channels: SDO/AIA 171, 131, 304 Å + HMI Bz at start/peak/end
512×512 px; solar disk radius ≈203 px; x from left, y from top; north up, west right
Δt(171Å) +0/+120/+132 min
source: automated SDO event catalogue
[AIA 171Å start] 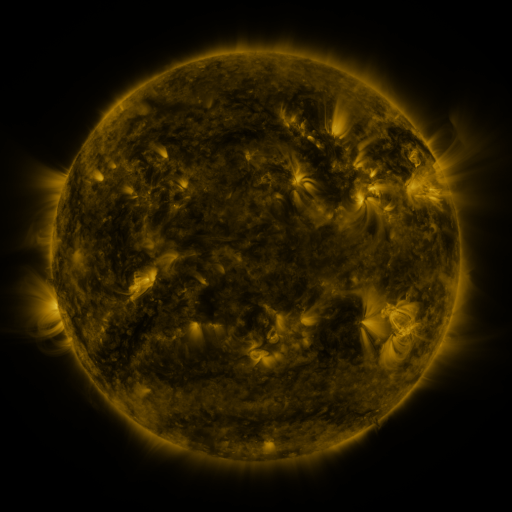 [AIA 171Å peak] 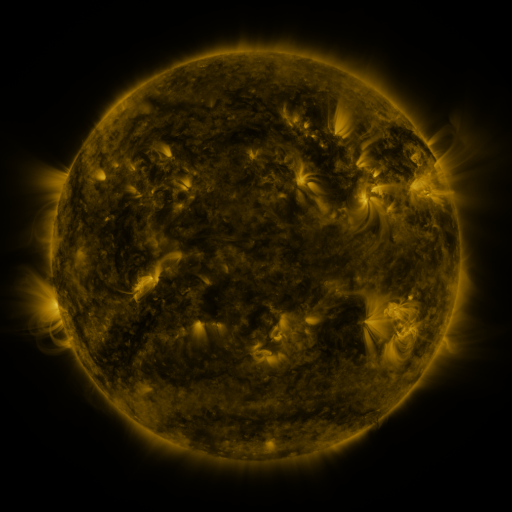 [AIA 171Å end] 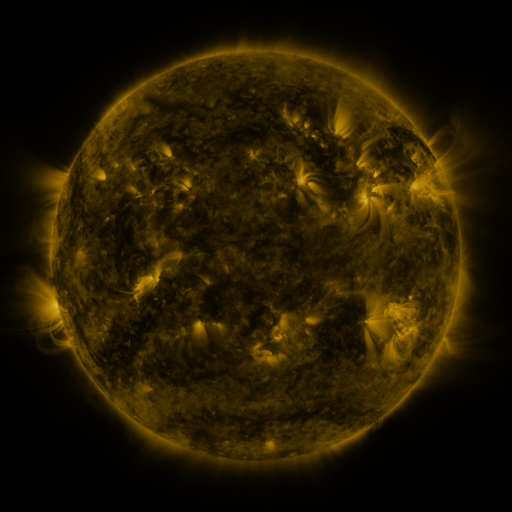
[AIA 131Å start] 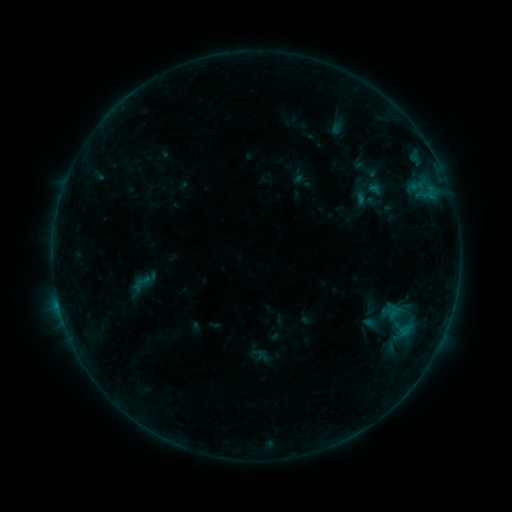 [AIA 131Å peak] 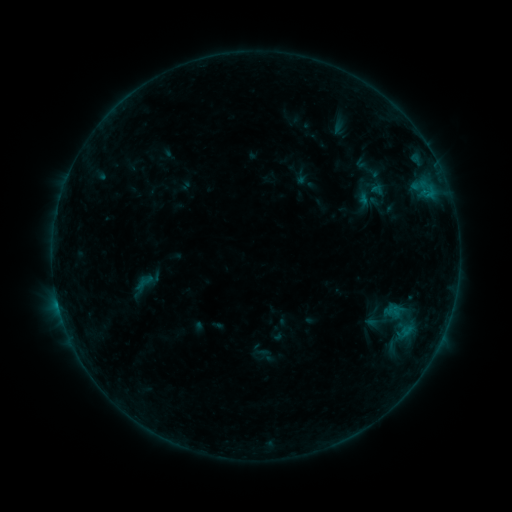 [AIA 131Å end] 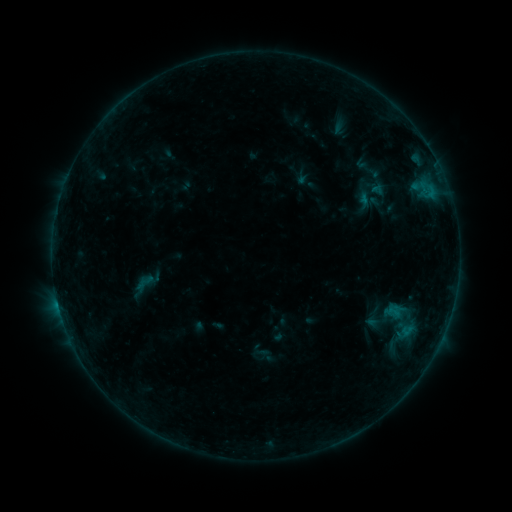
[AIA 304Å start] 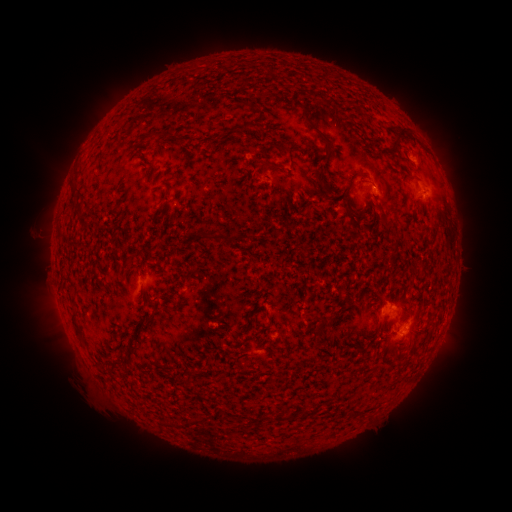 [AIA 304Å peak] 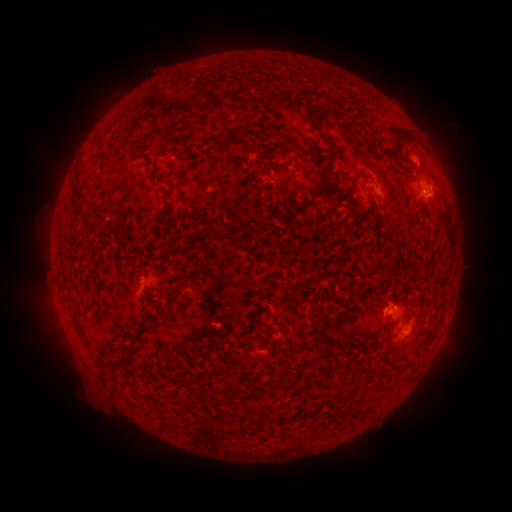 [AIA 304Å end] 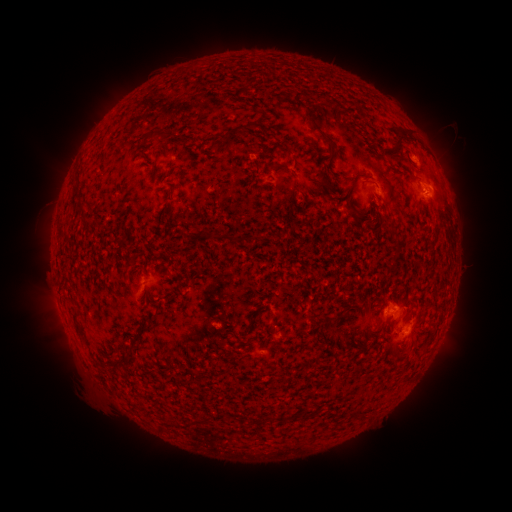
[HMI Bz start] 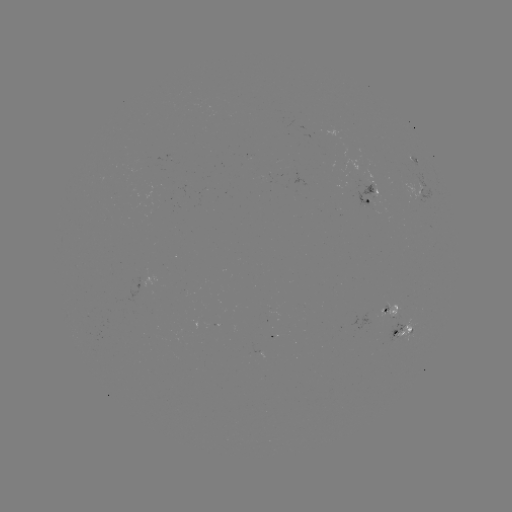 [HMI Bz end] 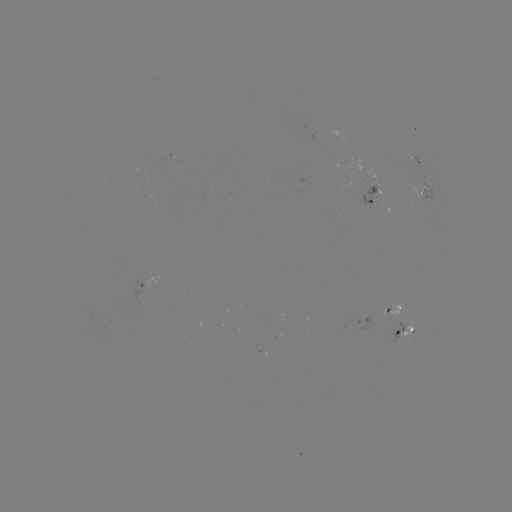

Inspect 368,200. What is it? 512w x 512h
emerging-flux region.